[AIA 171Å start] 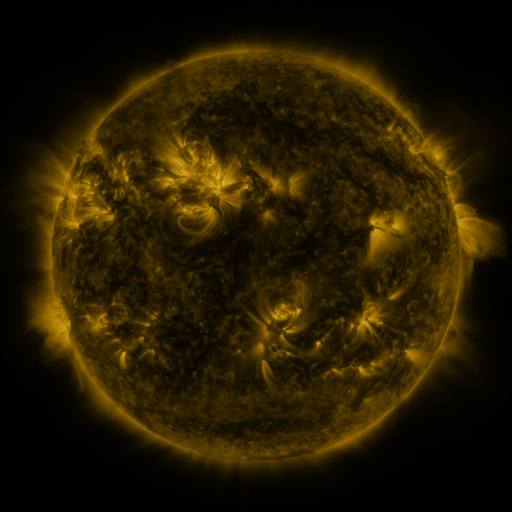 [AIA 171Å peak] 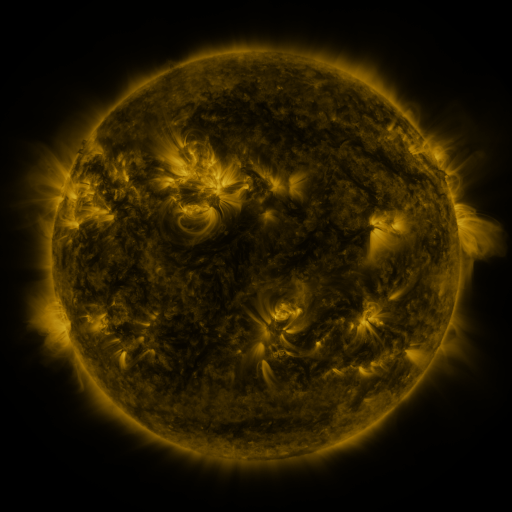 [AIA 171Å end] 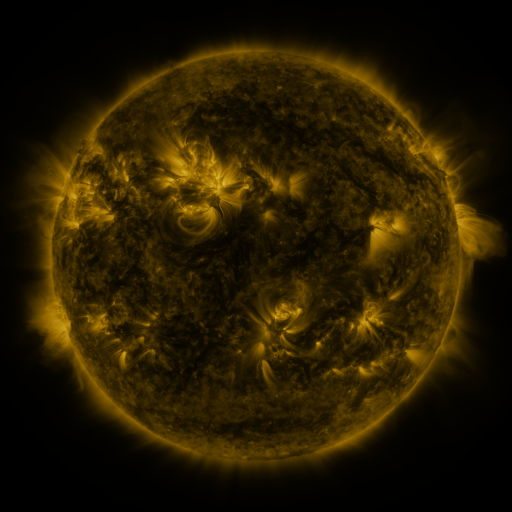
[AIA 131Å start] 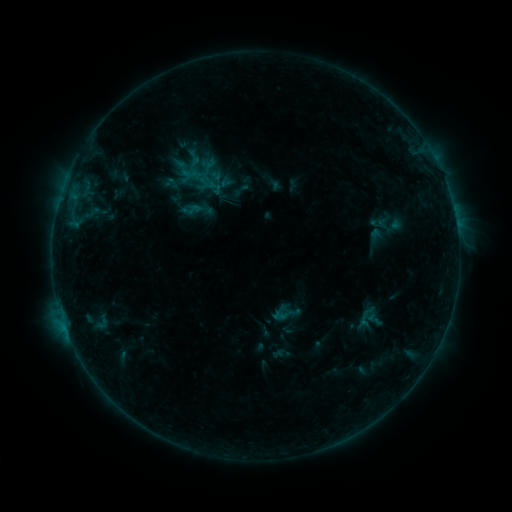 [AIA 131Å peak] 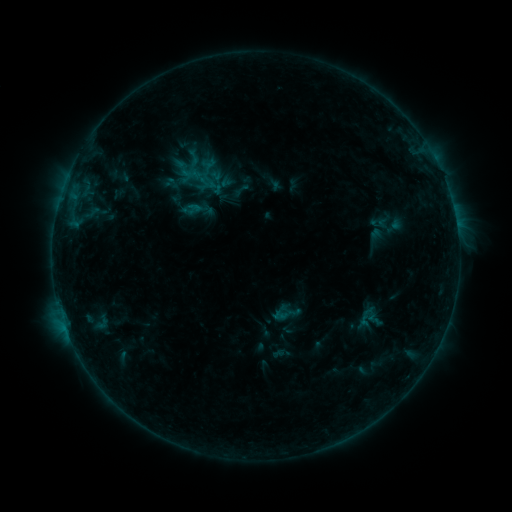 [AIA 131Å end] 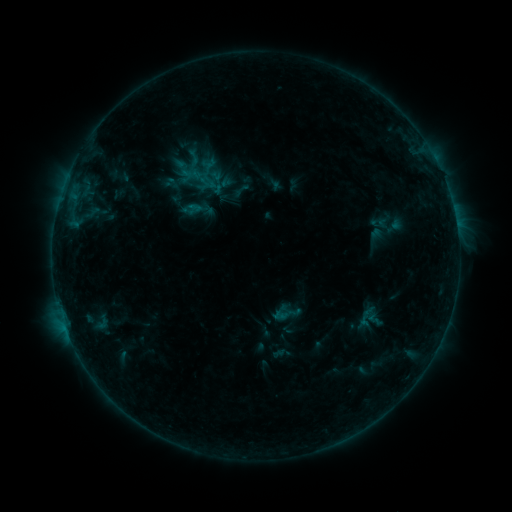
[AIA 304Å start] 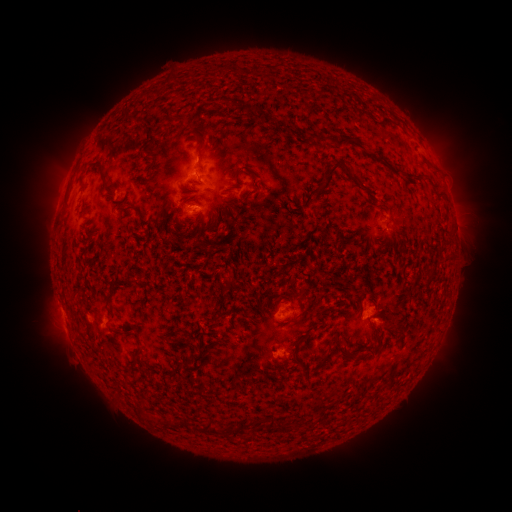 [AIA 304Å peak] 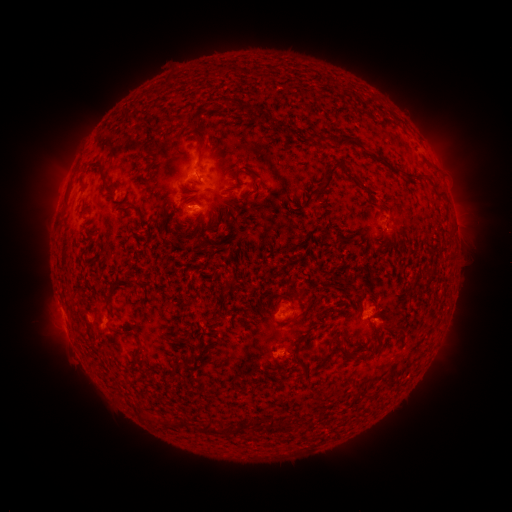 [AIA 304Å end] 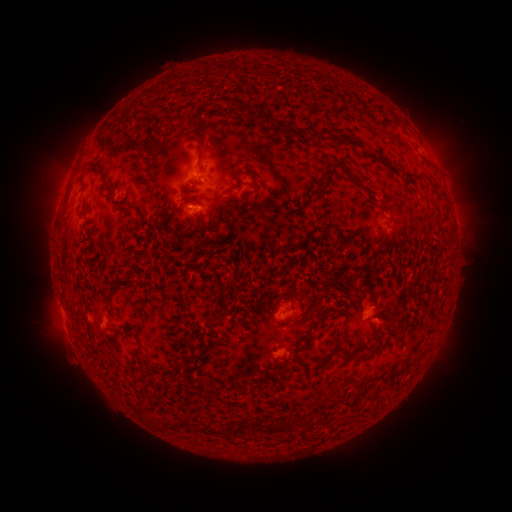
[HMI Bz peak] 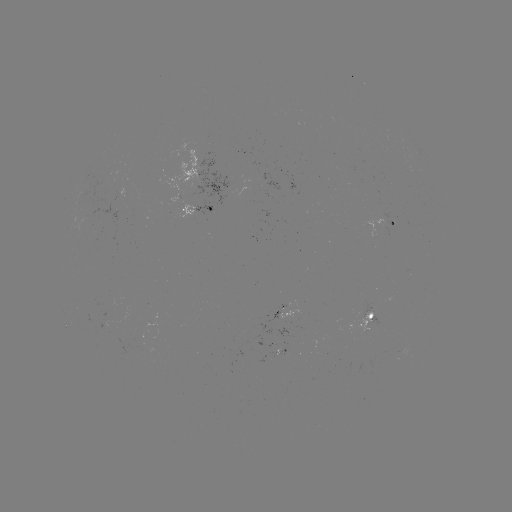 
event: flare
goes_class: B3.9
